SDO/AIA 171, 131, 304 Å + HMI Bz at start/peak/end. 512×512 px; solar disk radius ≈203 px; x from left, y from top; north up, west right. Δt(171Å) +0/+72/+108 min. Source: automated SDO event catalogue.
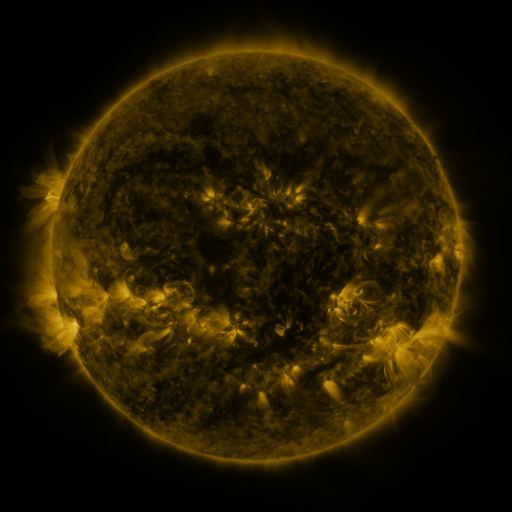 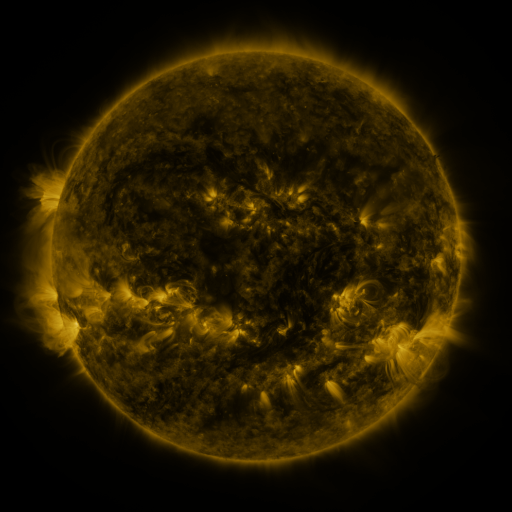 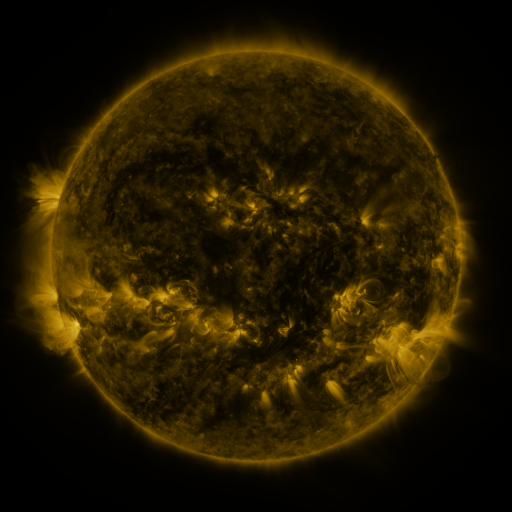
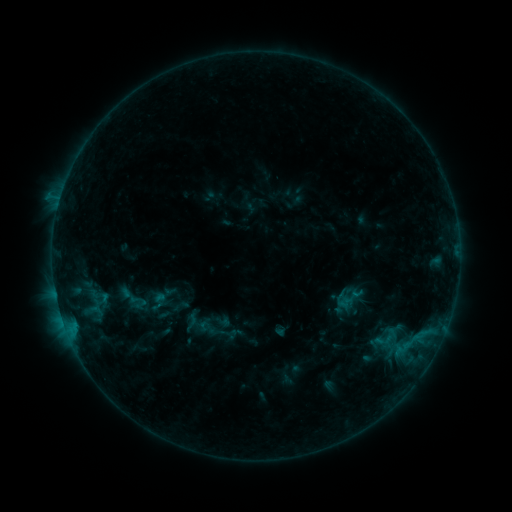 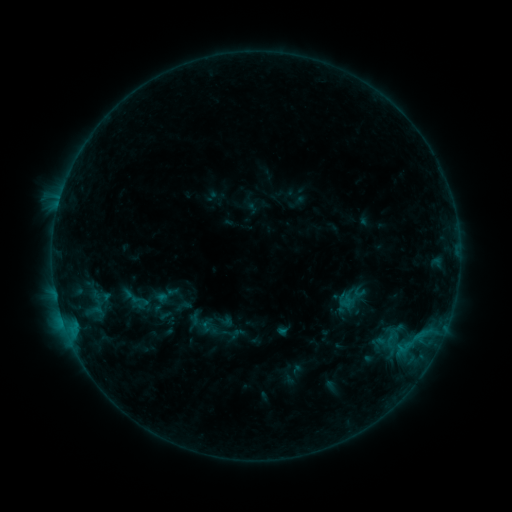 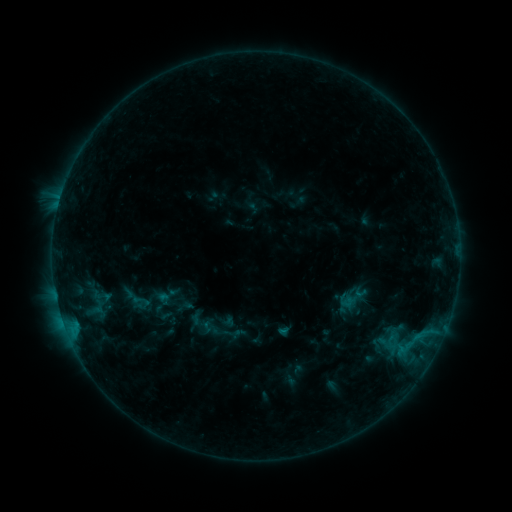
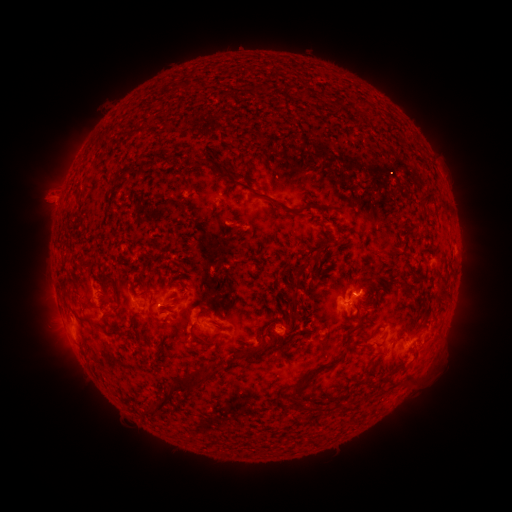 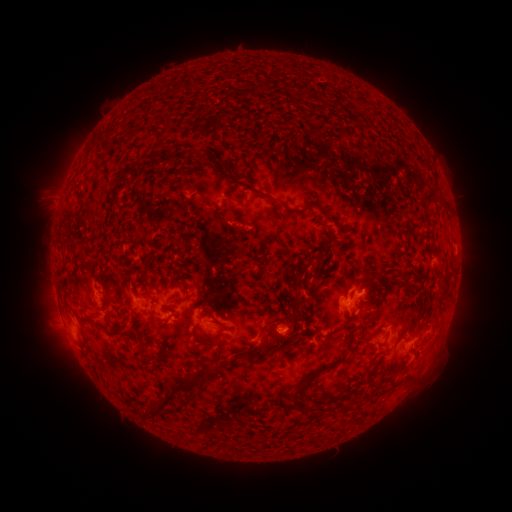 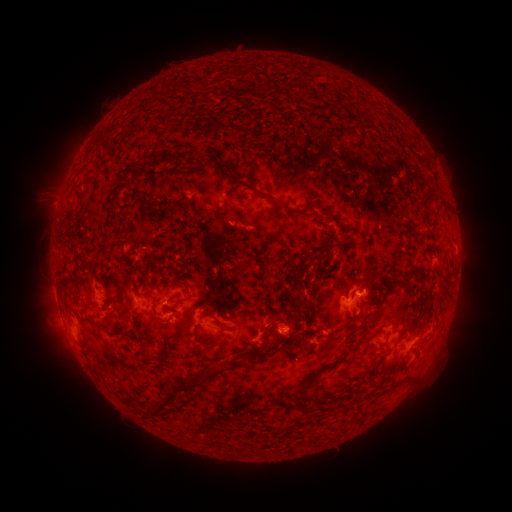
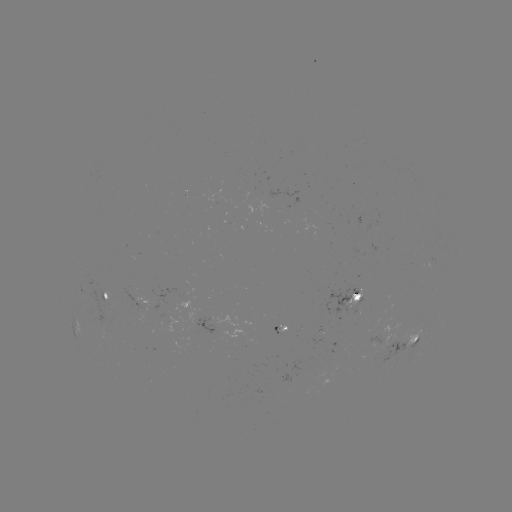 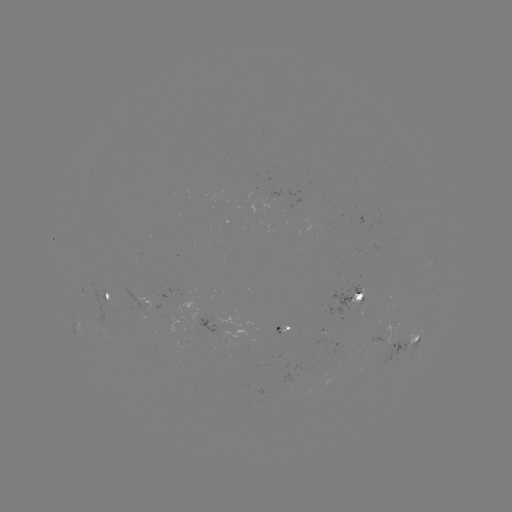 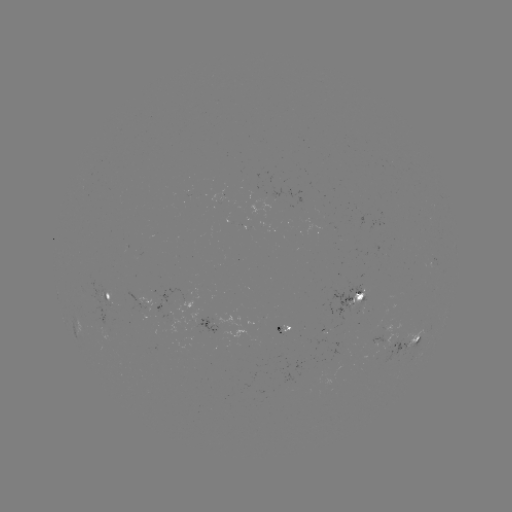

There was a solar emerging-flux region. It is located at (392, 355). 